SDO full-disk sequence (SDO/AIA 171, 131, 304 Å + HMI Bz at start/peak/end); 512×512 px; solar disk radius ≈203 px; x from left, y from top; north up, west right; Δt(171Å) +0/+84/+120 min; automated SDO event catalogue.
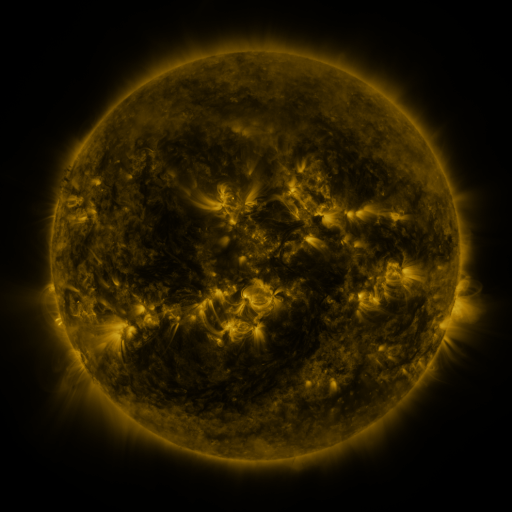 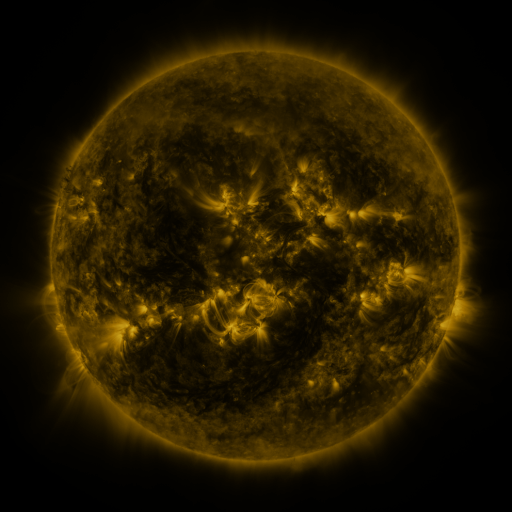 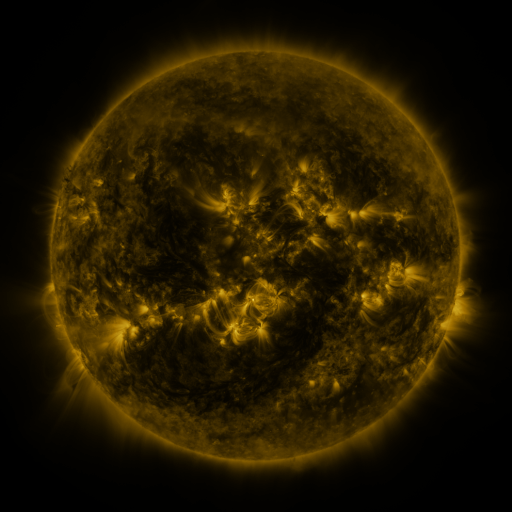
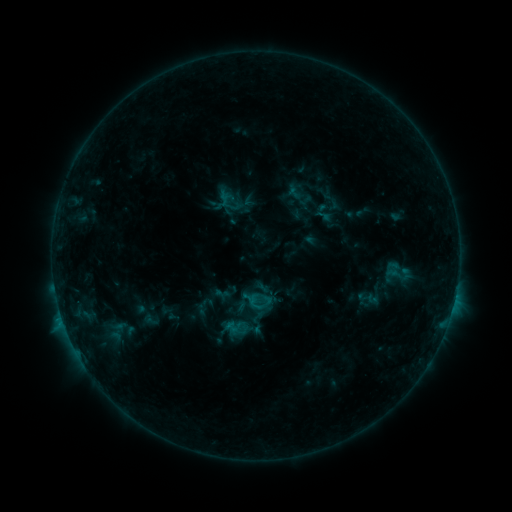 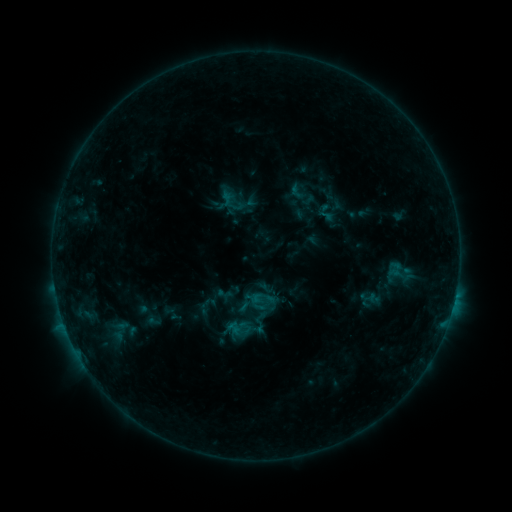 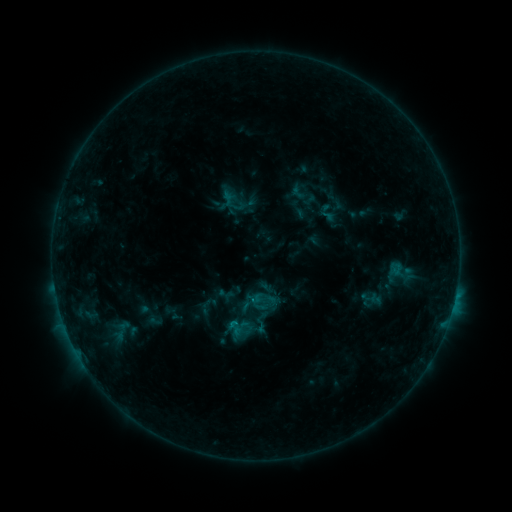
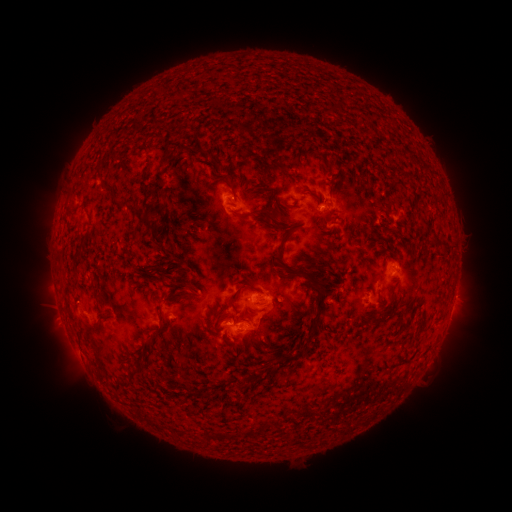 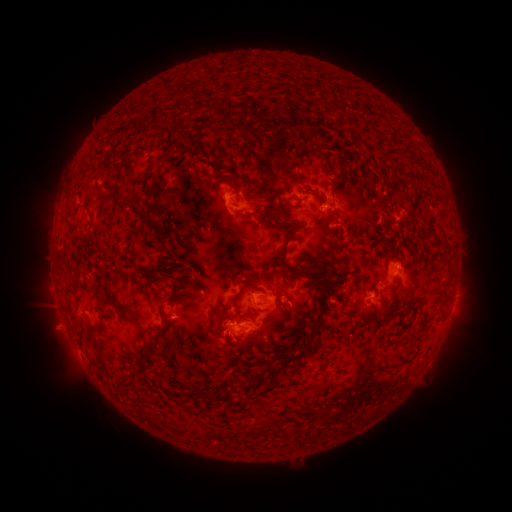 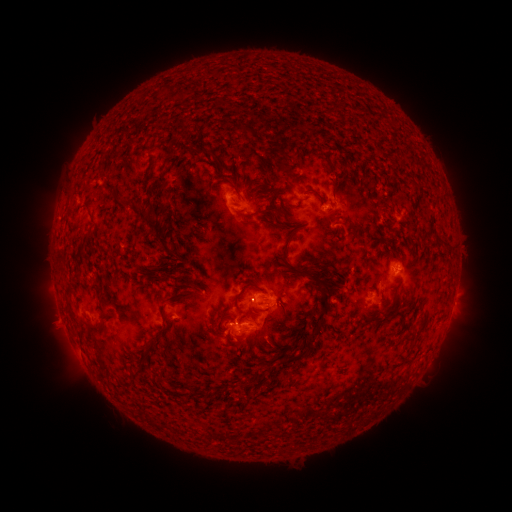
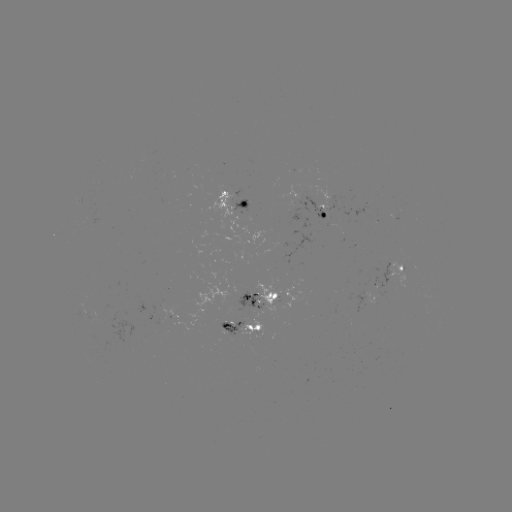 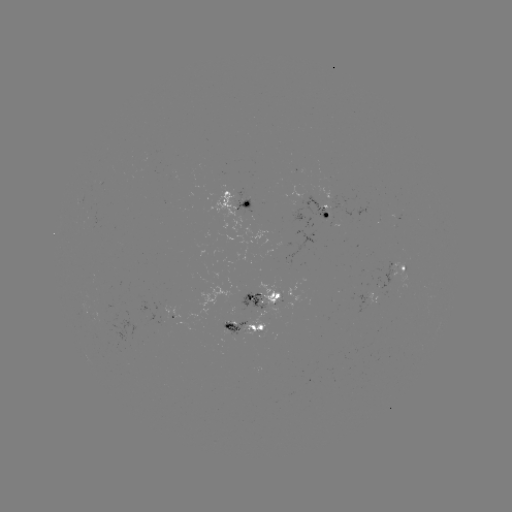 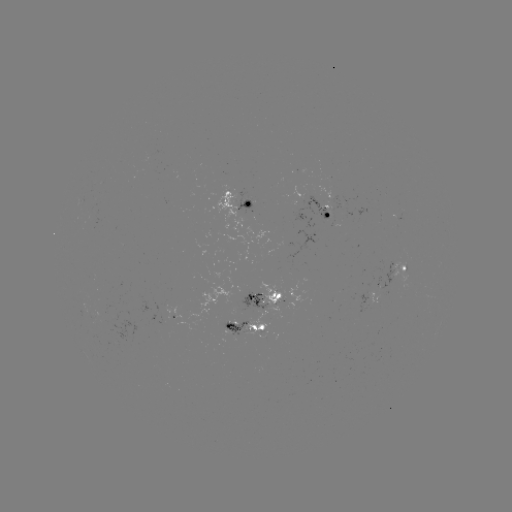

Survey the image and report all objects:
emerging-flux region: (322, 206)
